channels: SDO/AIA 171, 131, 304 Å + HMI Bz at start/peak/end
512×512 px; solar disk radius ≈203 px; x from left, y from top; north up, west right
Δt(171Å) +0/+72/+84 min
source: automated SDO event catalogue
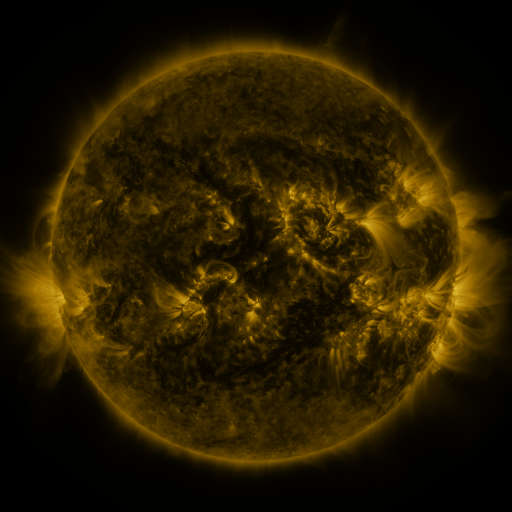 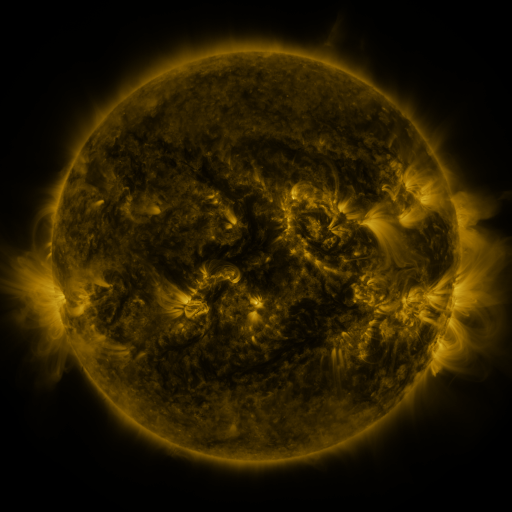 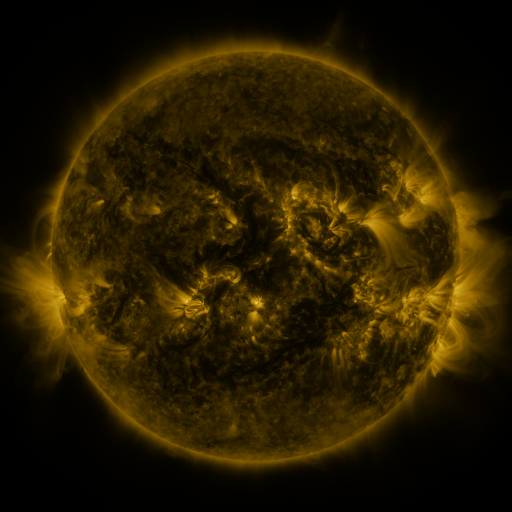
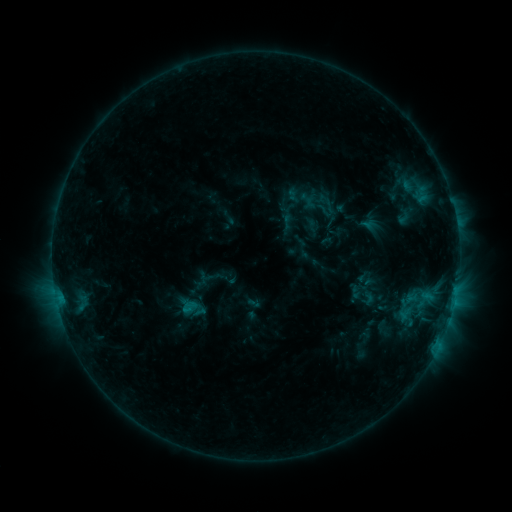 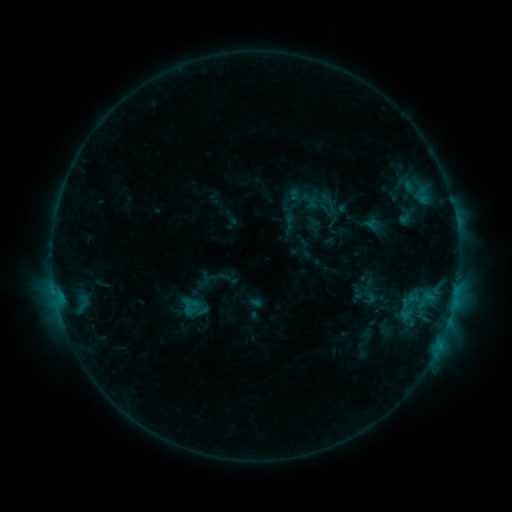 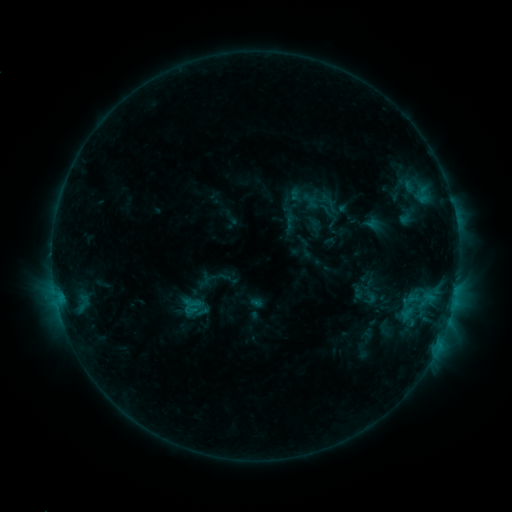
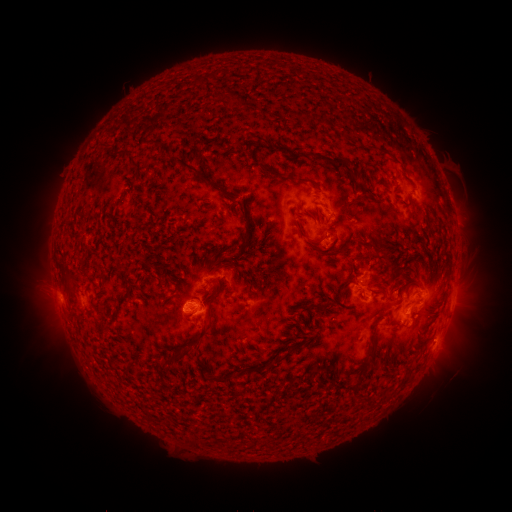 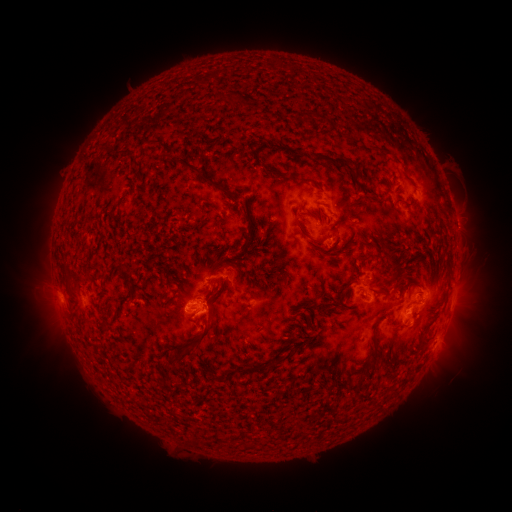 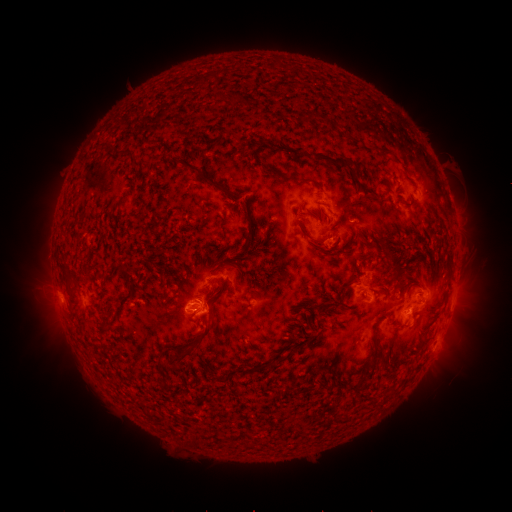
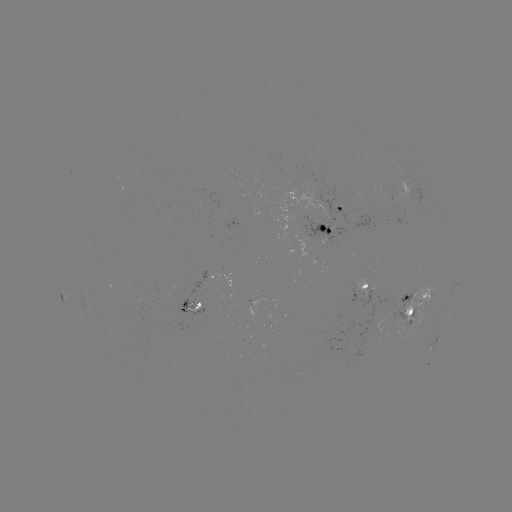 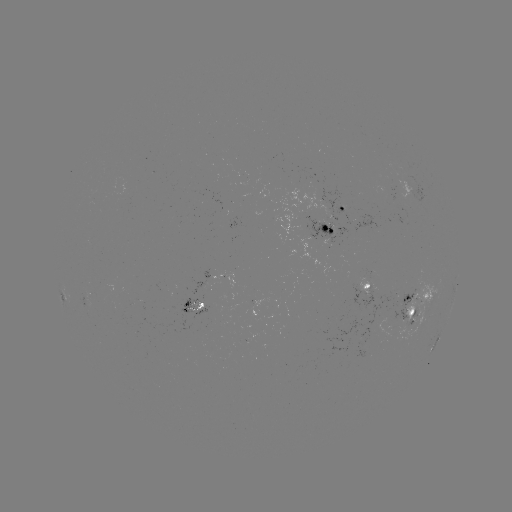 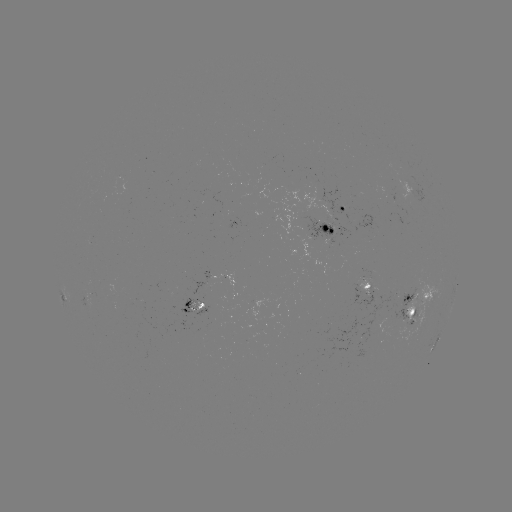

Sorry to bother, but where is emerging-flux region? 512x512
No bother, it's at [410, 326].